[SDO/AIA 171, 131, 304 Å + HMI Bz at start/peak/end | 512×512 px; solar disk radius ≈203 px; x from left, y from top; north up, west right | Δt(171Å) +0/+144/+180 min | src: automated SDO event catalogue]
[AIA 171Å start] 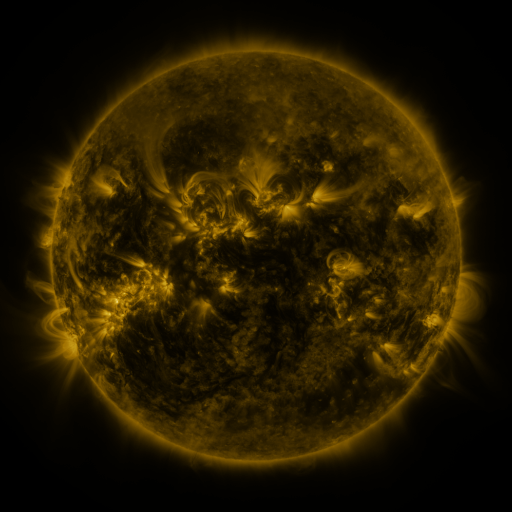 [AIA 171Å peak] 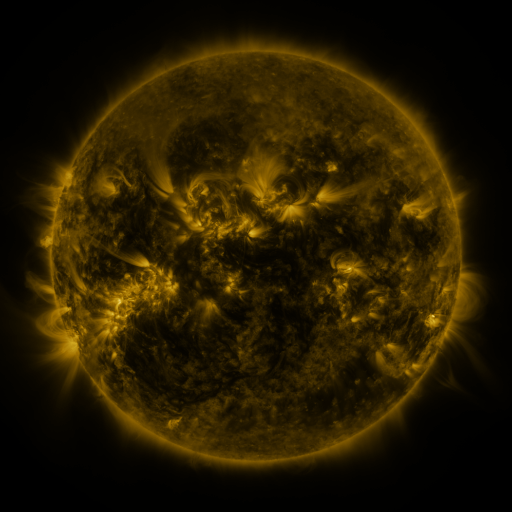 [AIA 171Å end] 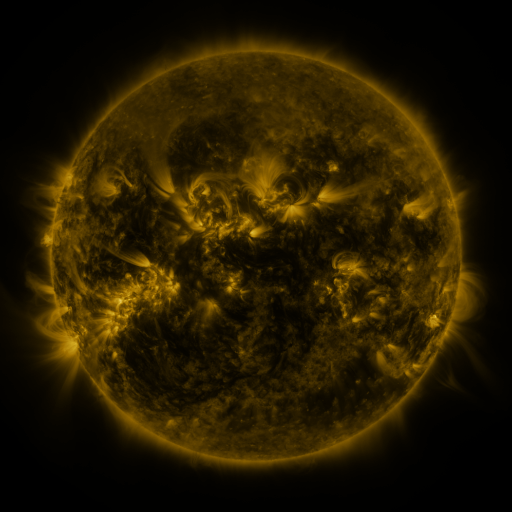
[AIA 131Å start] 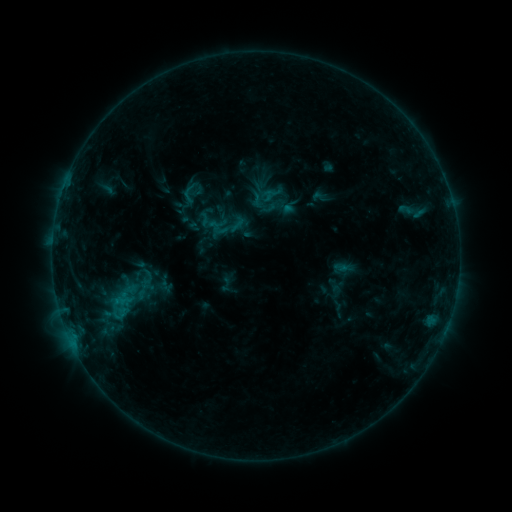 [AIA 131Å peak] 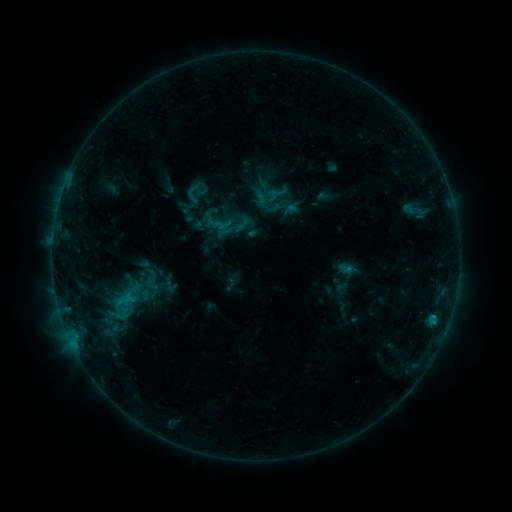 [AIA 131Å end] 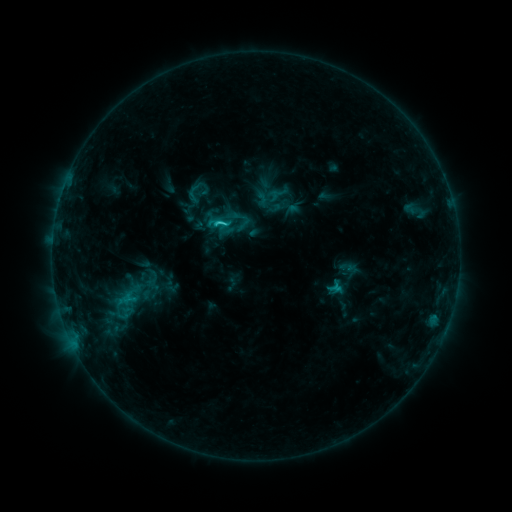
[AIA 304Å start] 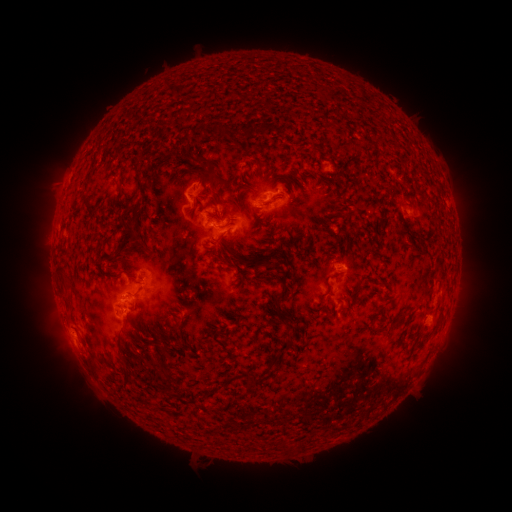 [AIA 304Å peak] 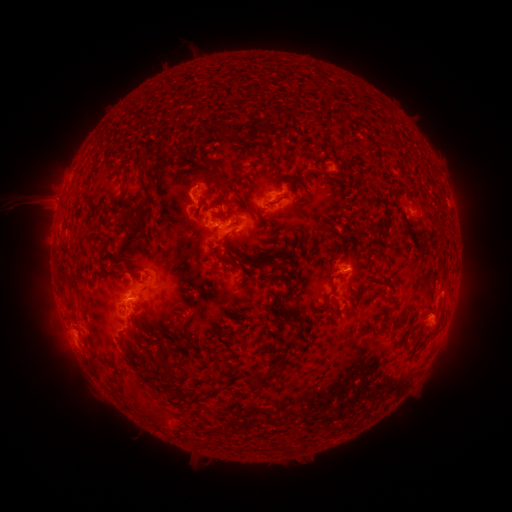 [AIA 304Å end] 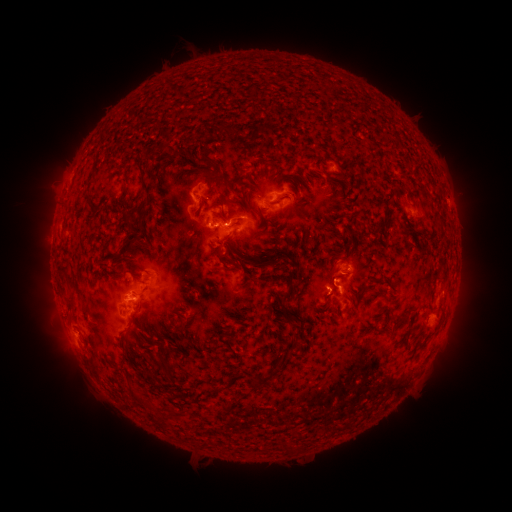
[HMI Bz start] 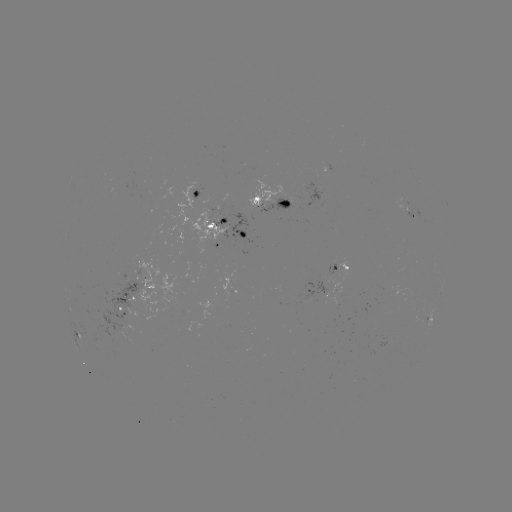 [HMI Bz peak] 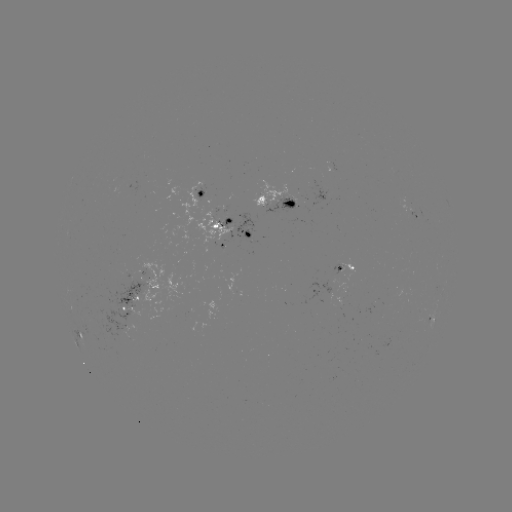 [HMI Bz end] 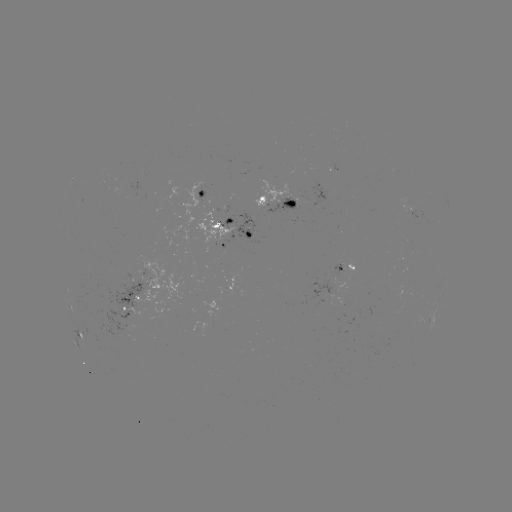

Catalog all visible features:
emerging-flux region: (291, 202)
